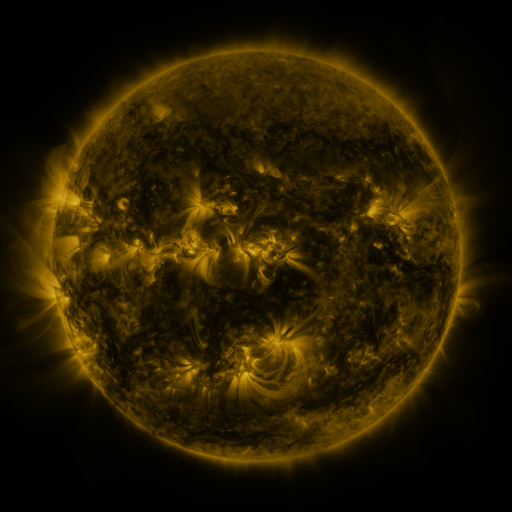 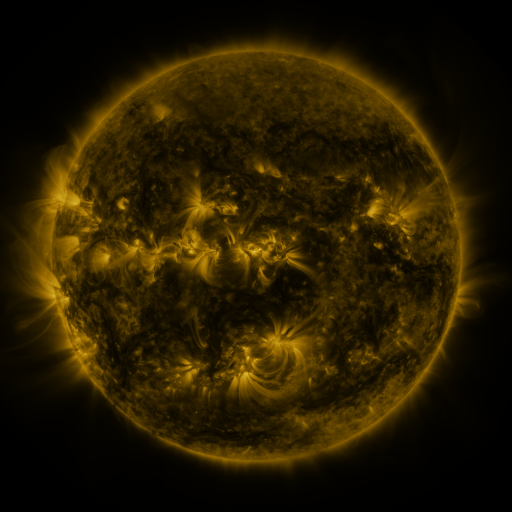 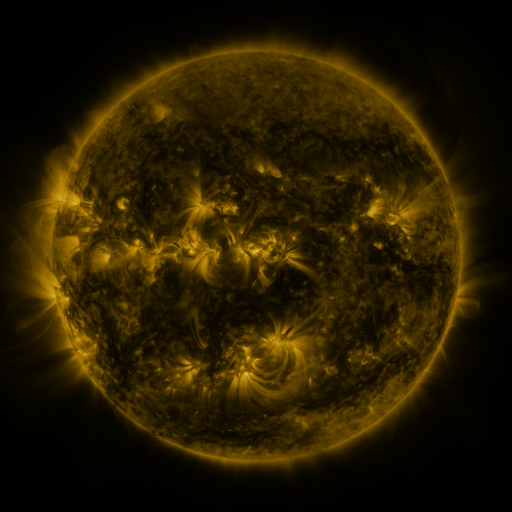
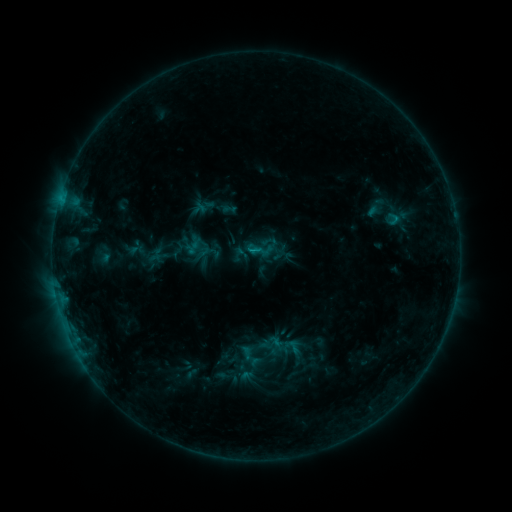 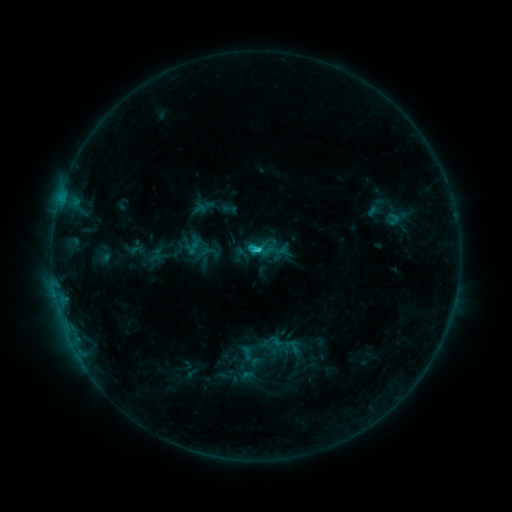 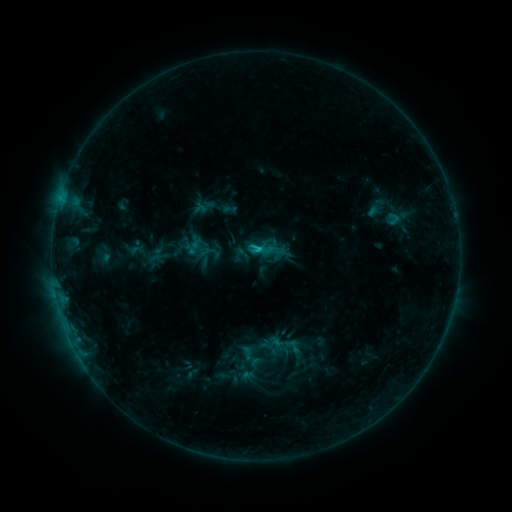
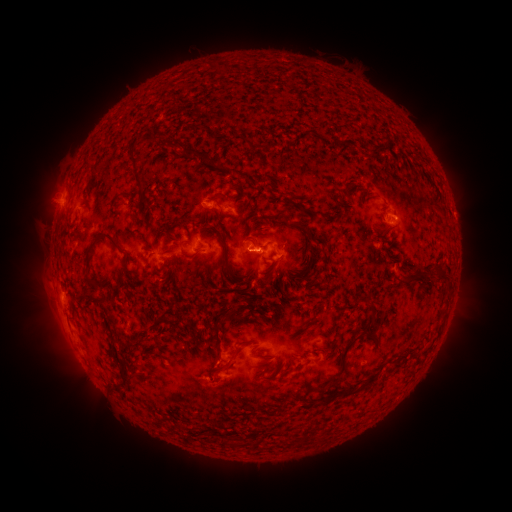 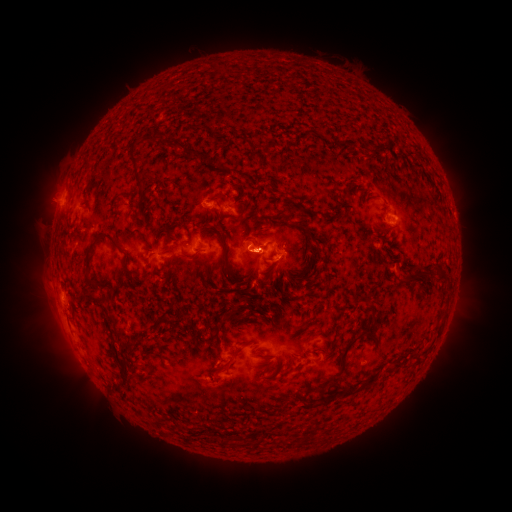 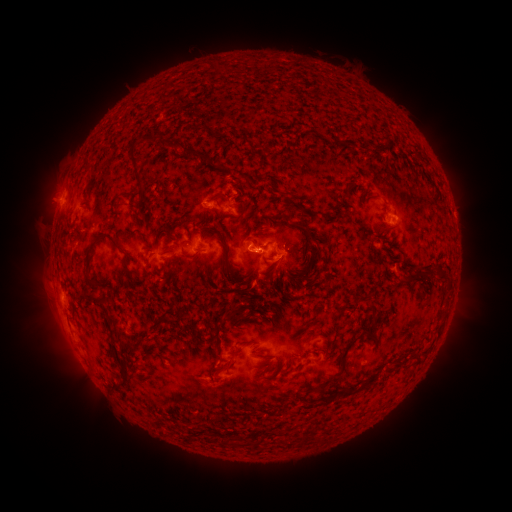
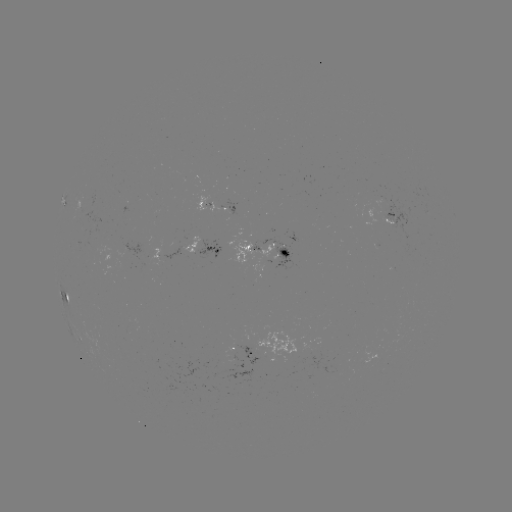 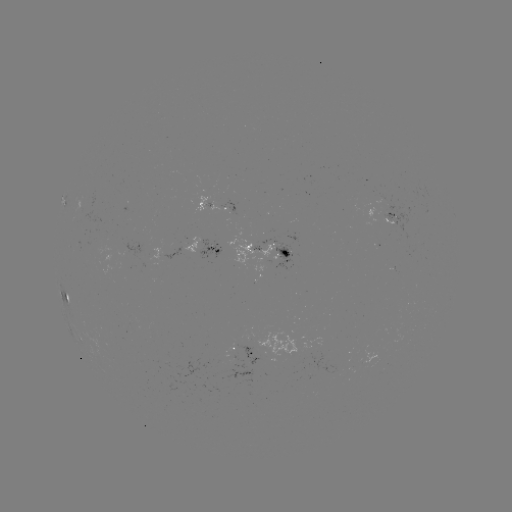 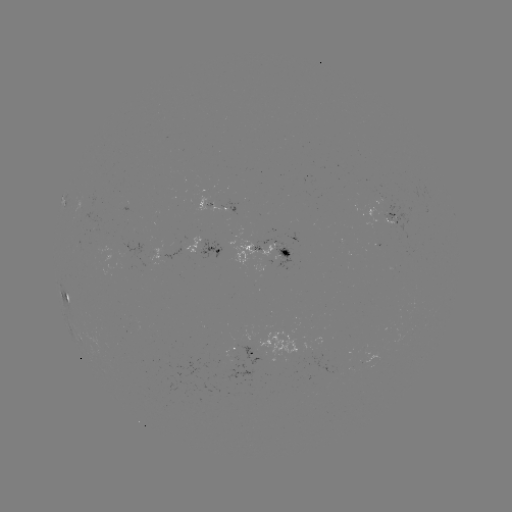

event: flare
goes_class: C1.7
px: (256, 252)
